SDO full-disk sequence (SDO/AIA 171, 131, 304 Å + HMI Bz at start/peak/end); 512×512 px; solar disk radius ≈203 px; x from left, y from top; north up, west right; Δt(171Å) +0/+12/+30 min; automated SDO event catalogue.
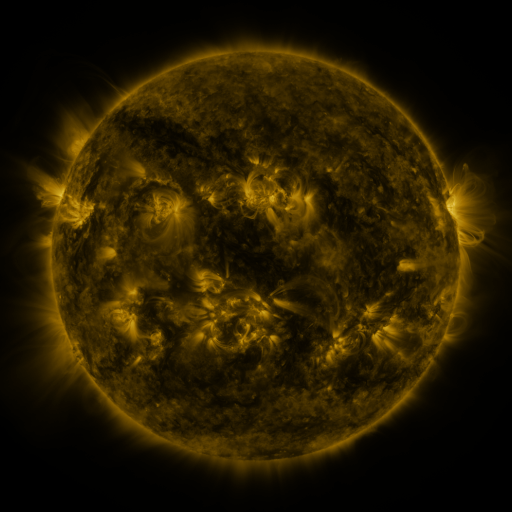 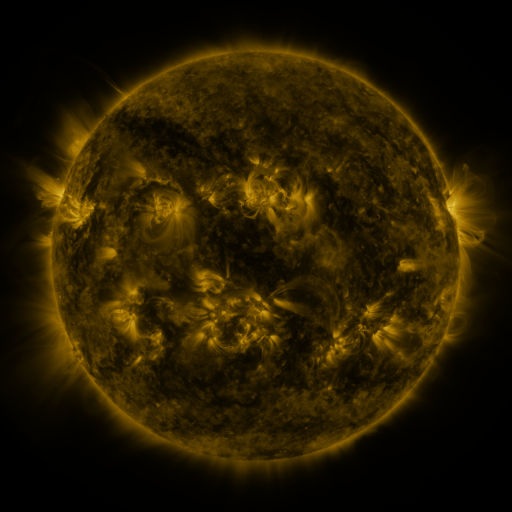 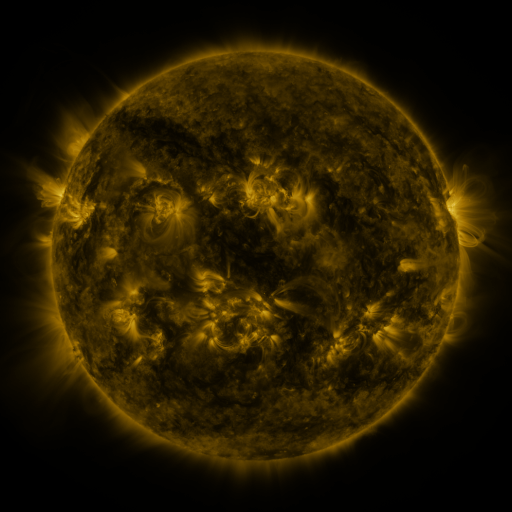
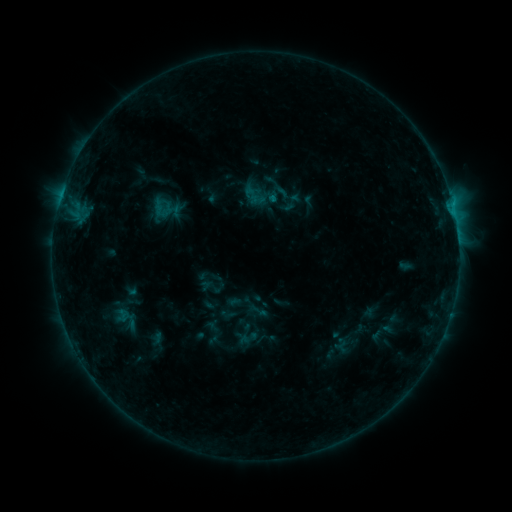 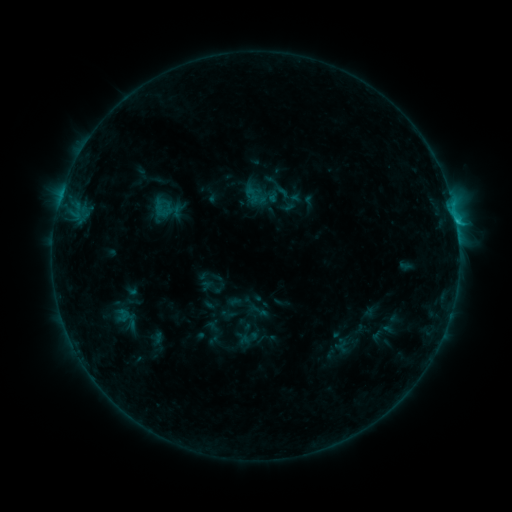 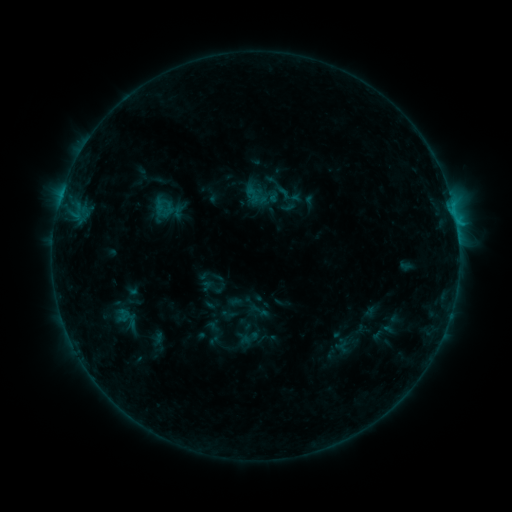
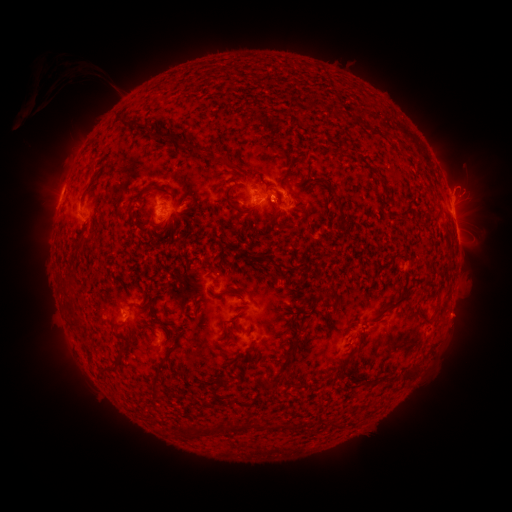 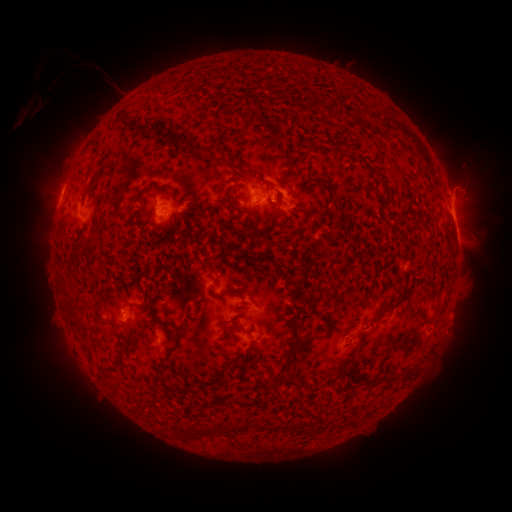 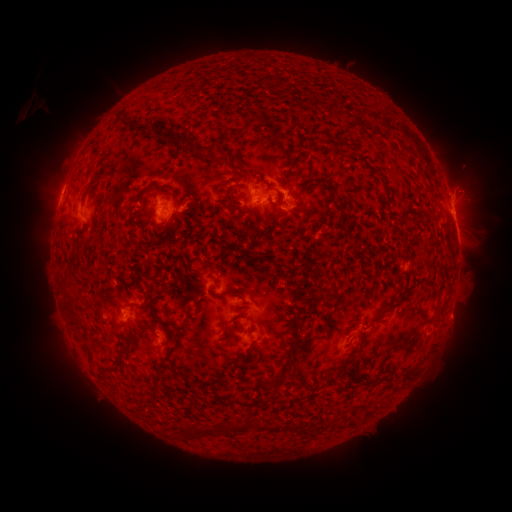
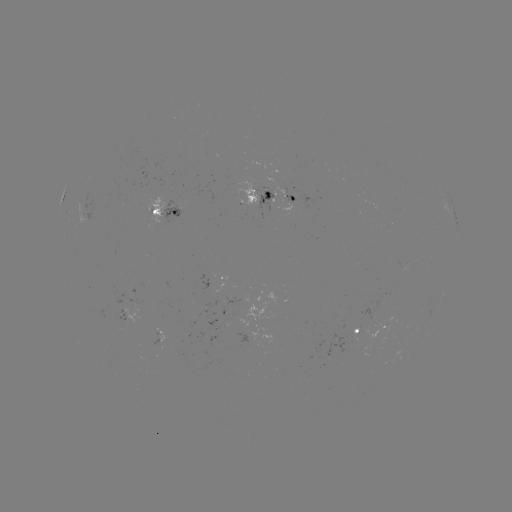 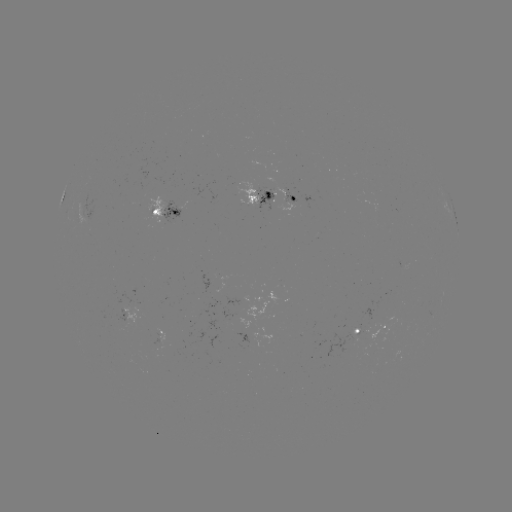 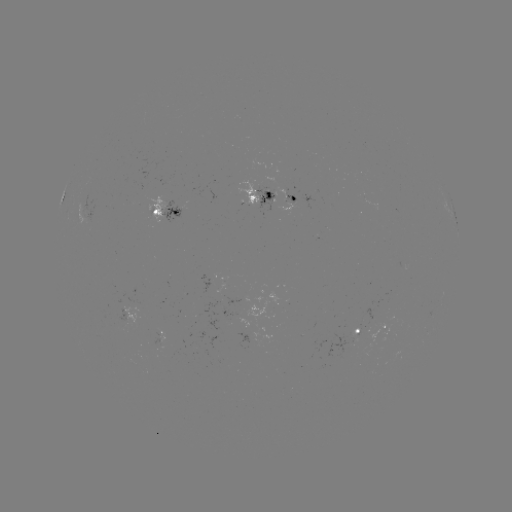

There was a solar flare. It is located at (456, 224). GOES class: C1.4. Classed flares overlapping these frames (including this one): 1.